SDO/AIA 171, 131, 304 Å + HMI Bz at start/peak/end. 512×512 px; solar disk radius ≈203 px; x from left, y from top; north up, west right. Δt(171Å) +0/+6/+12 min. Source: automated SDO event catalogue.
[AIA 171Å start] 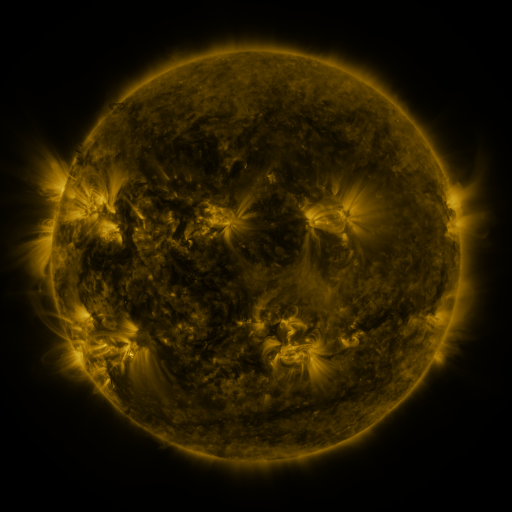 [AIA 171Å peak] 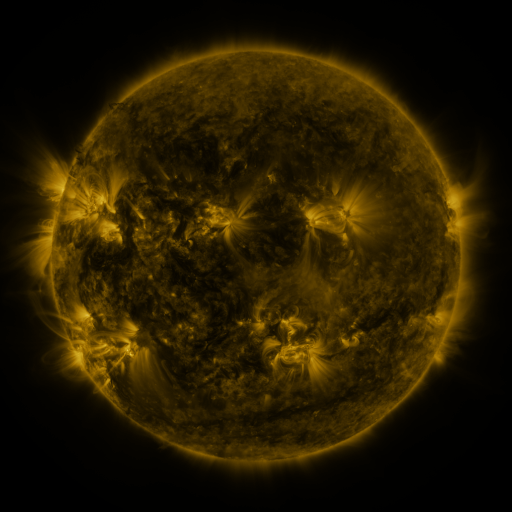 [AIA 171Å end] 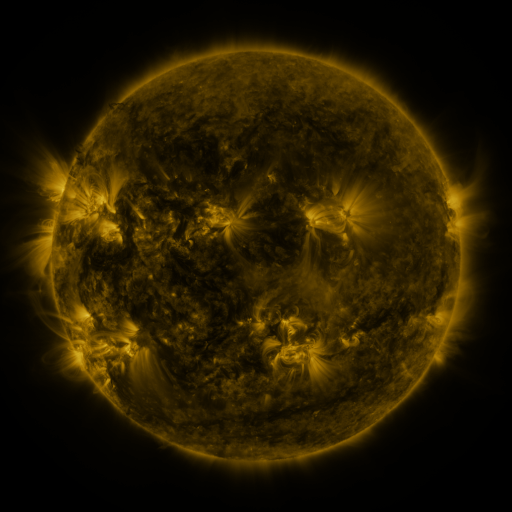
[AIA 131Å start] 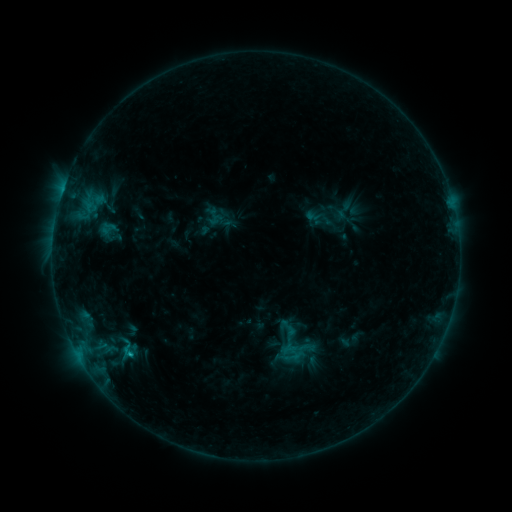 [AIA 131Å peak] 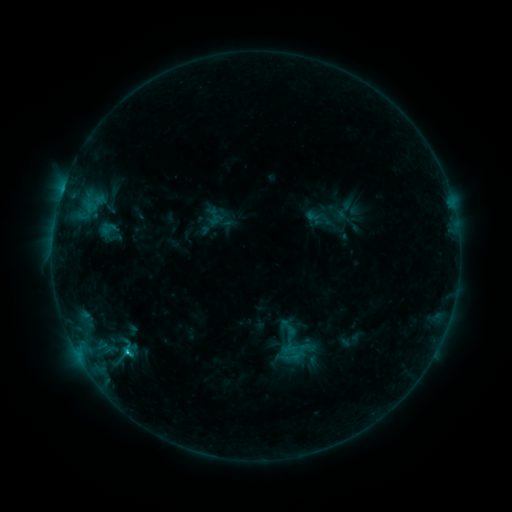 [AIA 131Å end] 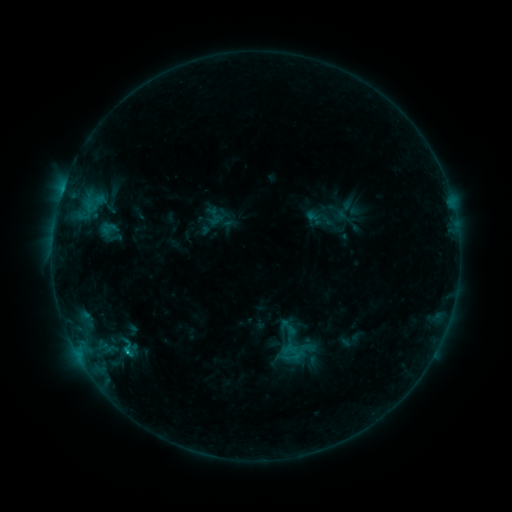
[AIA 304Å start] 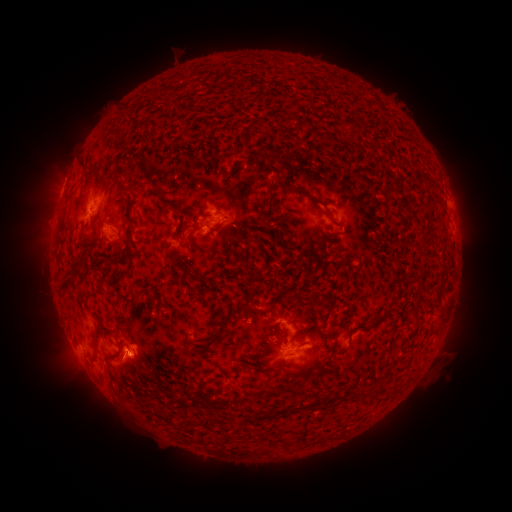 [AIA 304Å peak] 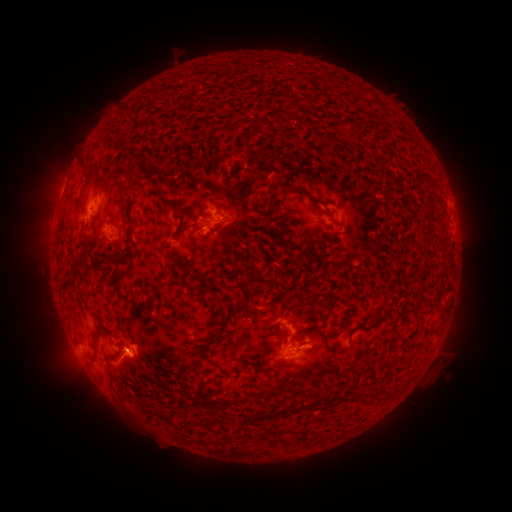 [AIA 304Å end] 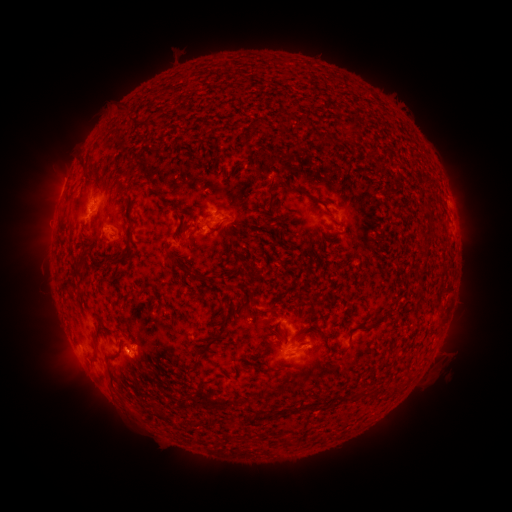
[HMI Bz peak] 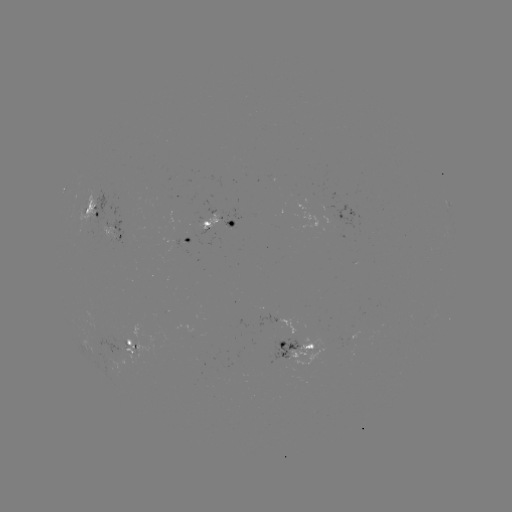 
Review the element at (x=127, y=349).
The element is C1.0 flare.